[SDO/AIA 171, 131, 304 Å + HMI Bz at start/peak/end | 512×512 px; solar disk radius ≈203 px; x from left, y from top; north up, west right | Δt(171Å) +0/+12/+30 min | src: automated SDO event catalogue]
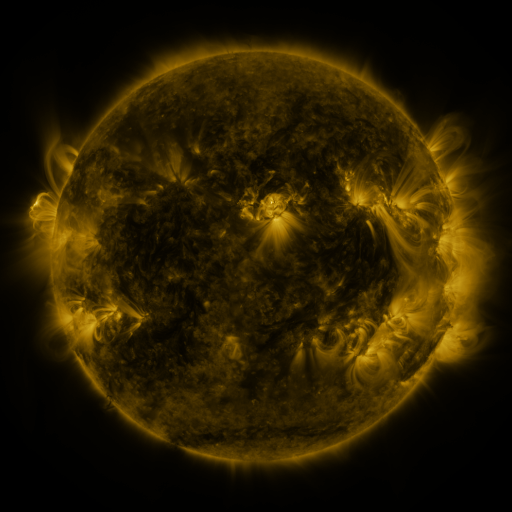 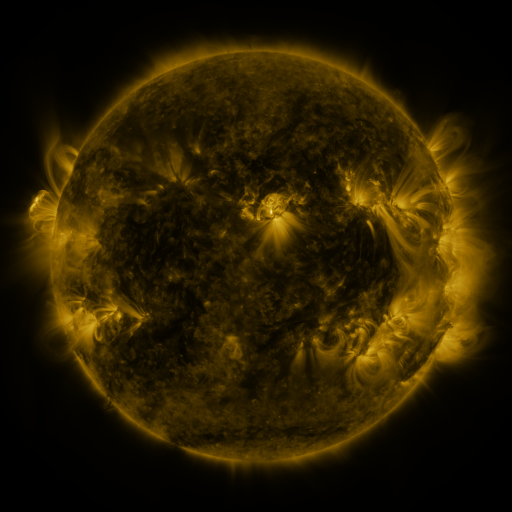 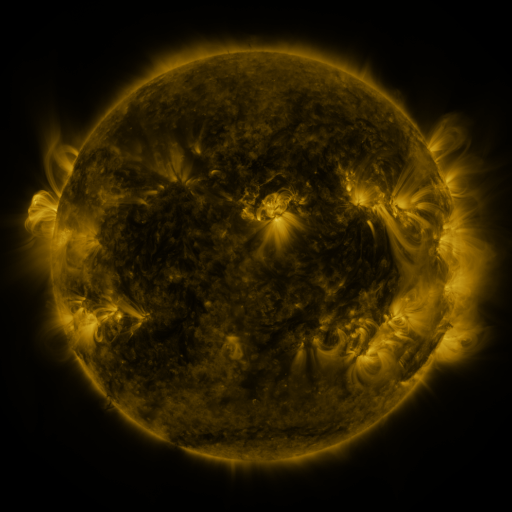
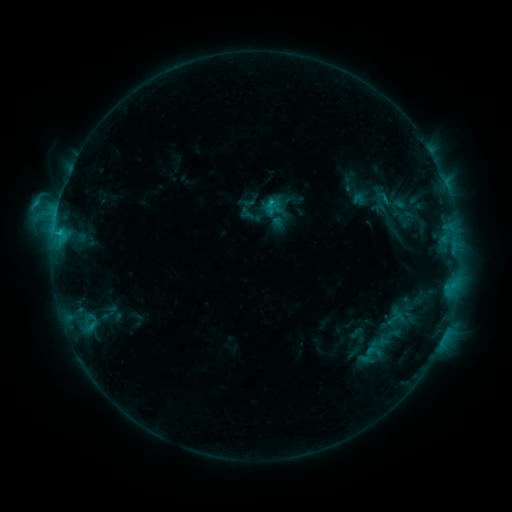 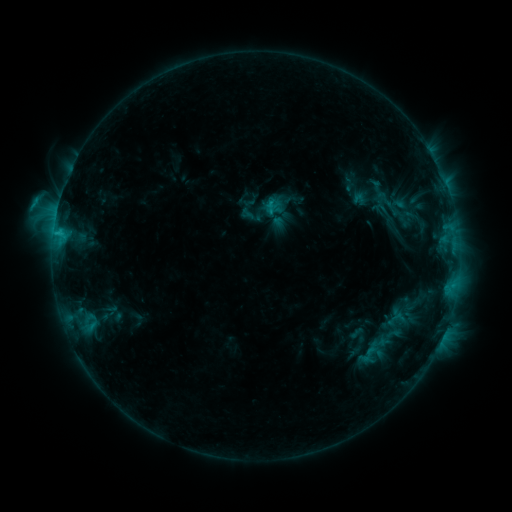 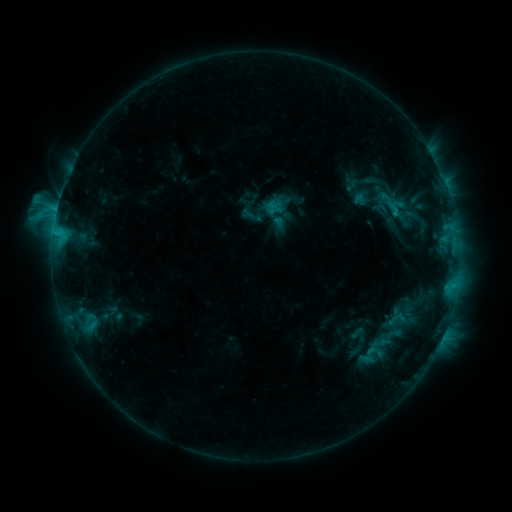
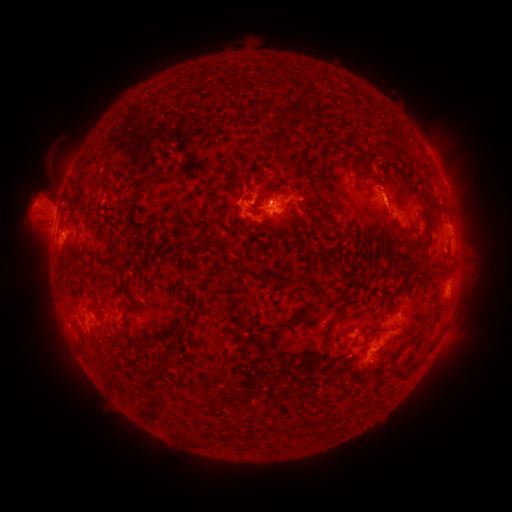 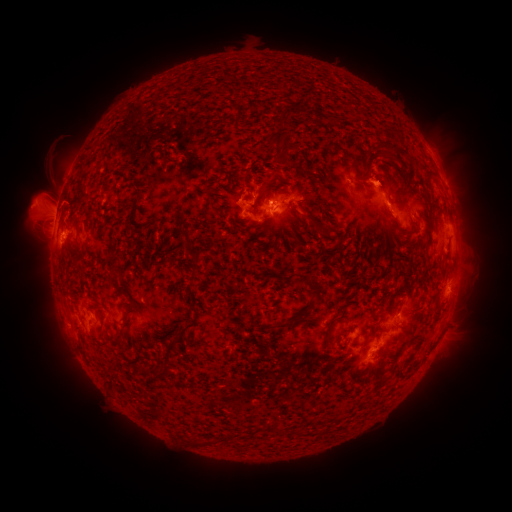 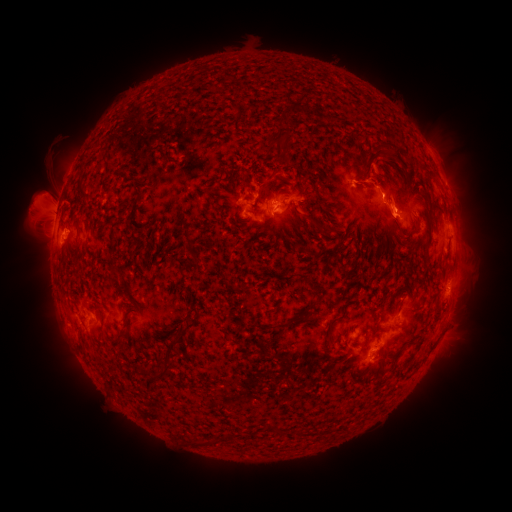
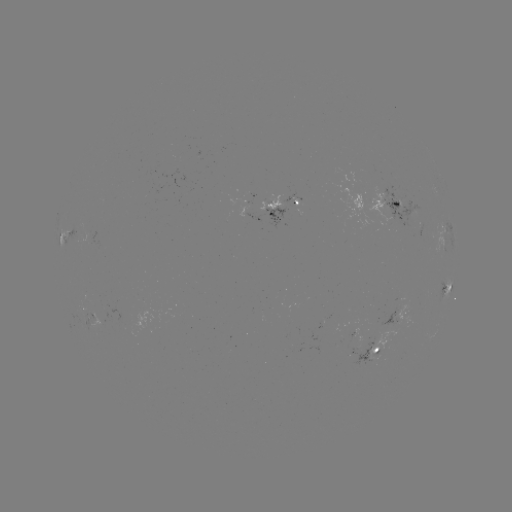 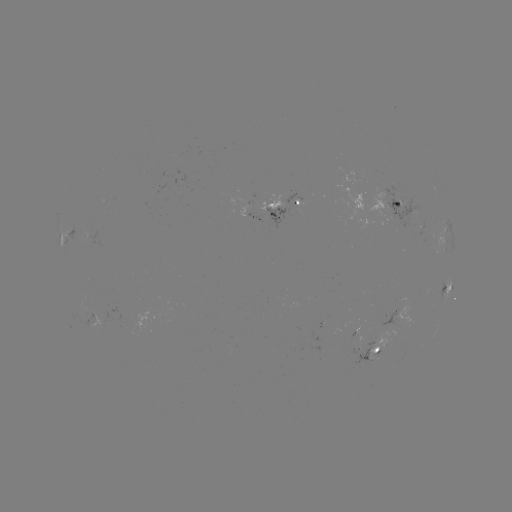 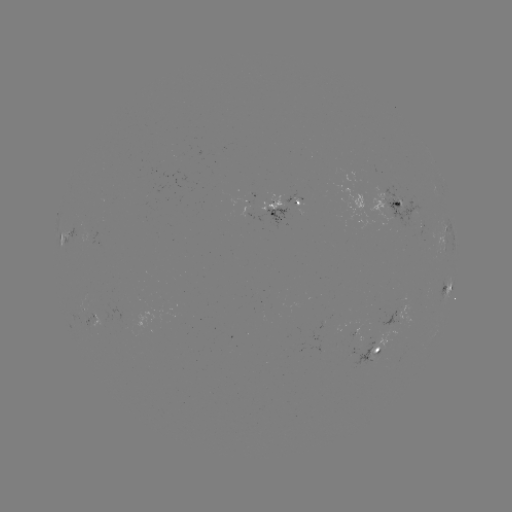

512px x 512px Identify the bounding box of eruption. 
[354, 151, 427, 255].